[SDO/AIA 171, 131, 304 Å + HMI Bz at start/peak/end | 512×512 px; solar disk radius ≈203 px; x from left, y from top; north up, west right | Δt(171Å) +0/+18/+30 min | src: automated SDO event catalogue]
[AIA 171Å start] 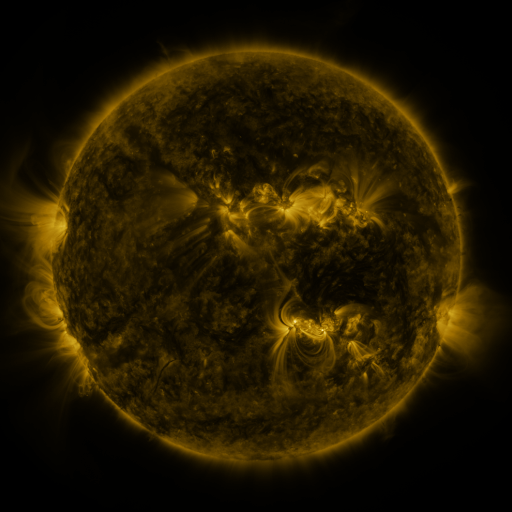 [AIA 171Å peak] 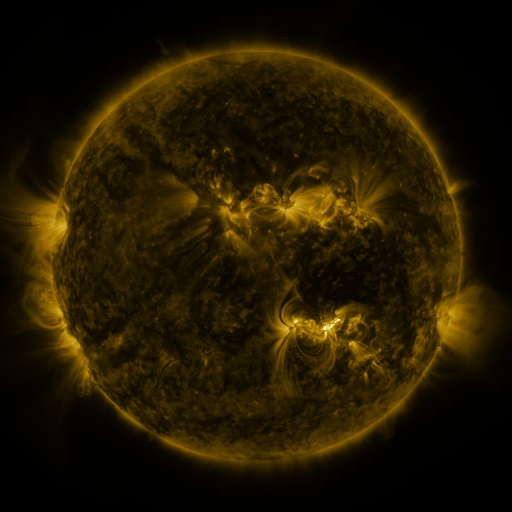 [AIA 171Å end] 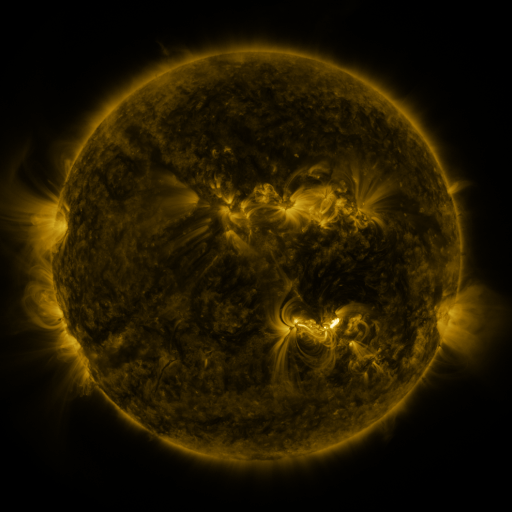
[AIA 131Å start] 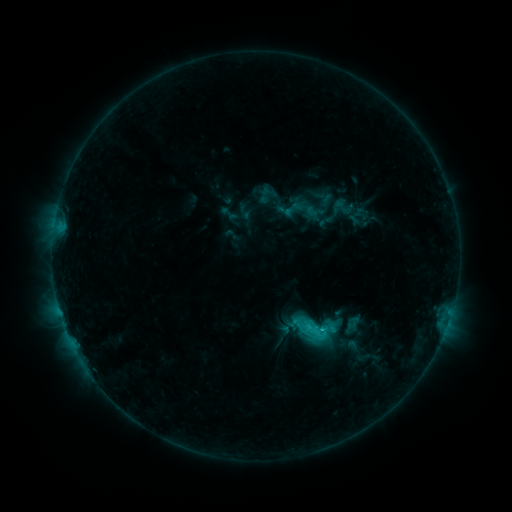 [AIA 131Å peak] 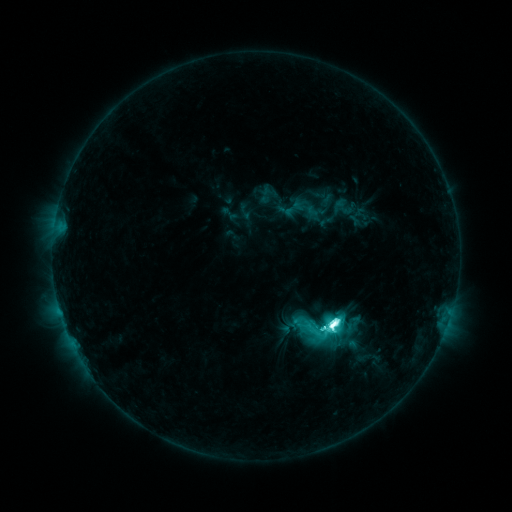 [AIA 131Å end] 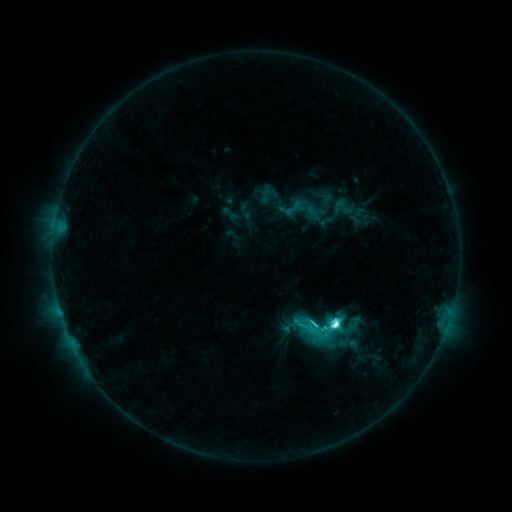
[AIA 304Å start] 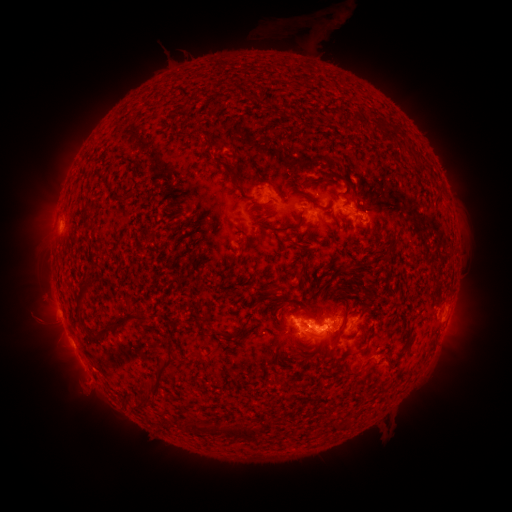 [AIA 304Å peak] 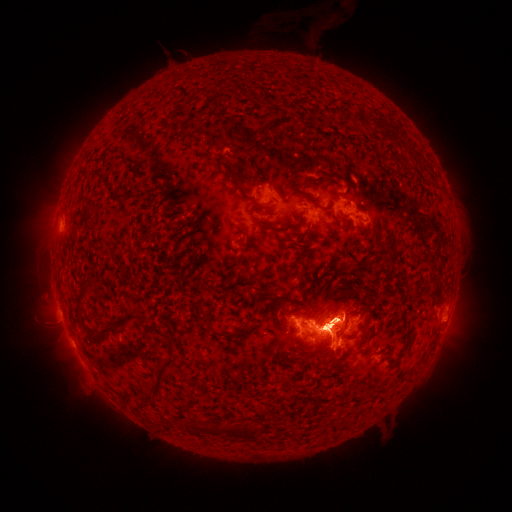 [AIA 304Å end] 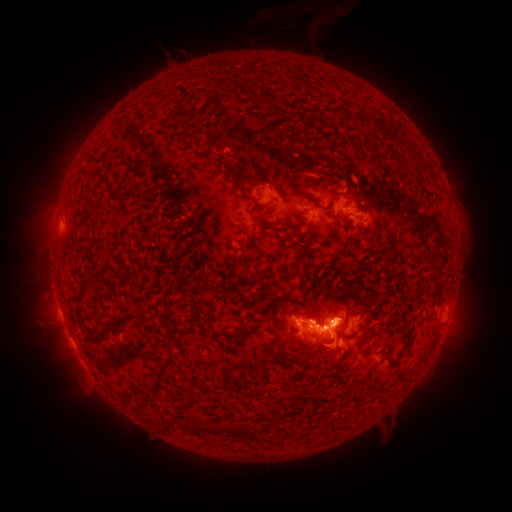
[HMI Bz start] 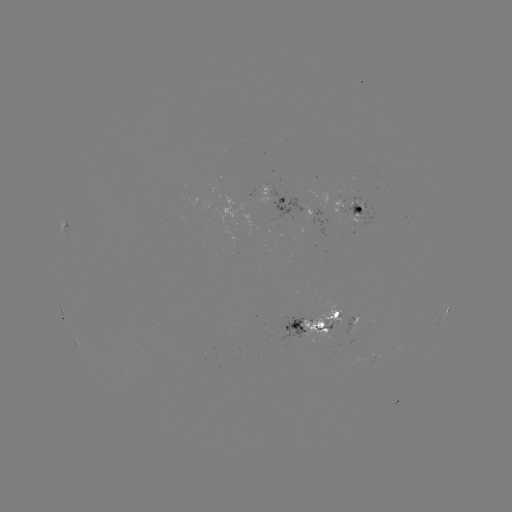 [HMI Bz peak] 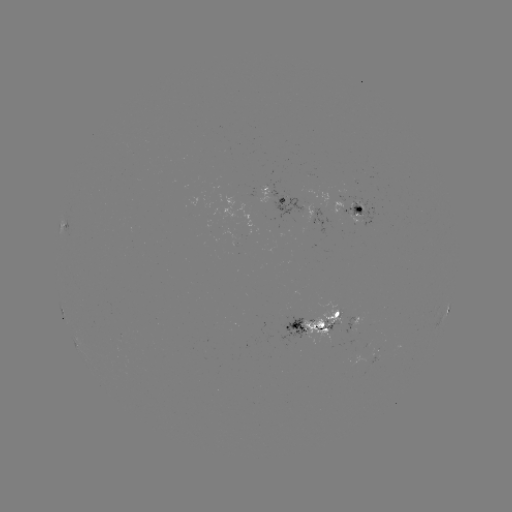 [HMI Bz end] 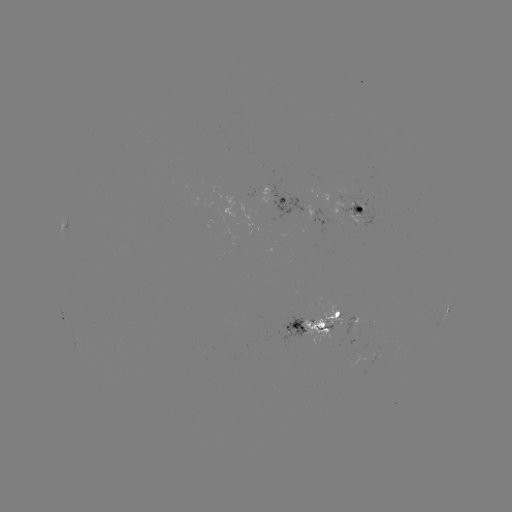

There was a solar eruption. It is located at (330, 336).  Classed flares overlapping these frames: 1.